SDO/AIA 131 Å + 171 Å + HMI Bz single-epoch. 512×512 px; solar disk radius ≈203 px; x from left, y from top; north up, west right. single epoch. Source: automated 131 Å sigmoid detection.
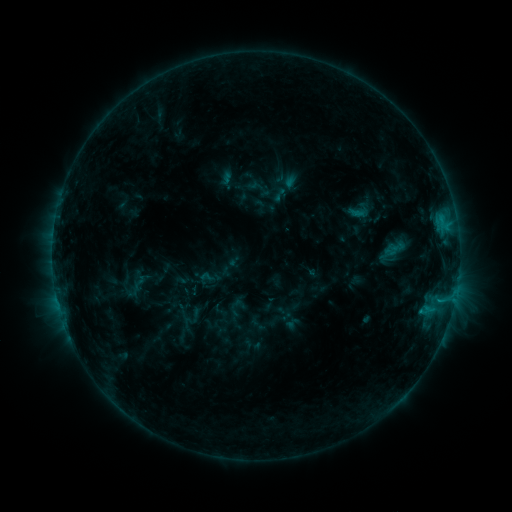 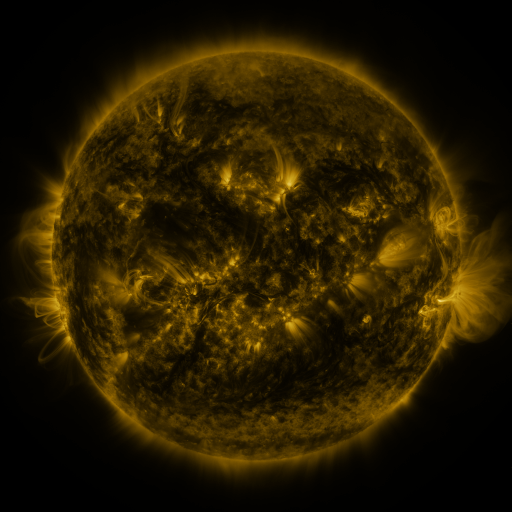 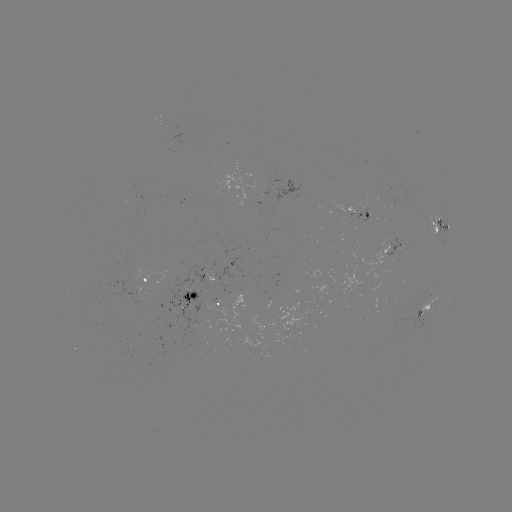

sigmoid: (197, 269, 215, 285)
